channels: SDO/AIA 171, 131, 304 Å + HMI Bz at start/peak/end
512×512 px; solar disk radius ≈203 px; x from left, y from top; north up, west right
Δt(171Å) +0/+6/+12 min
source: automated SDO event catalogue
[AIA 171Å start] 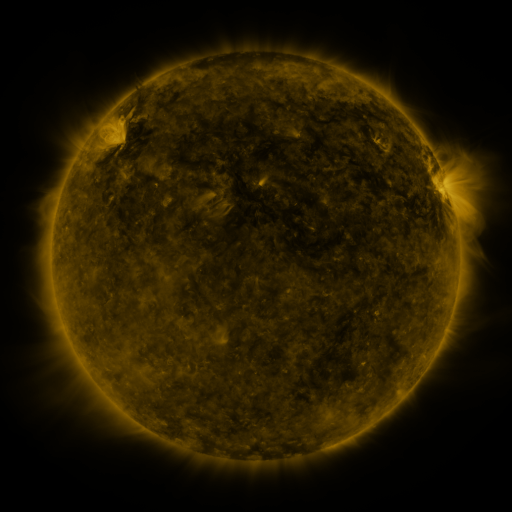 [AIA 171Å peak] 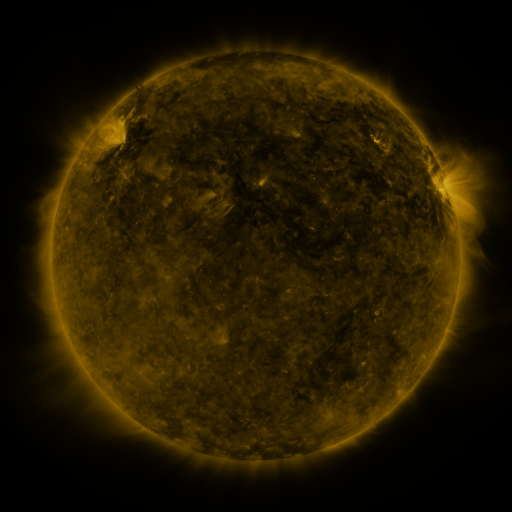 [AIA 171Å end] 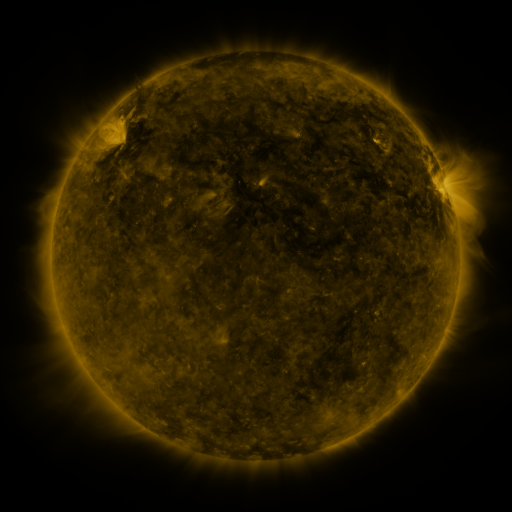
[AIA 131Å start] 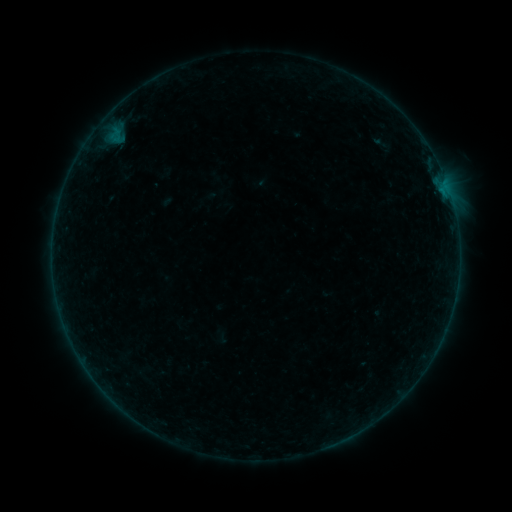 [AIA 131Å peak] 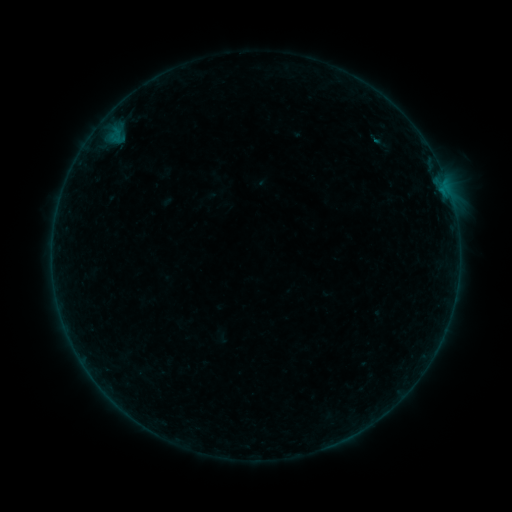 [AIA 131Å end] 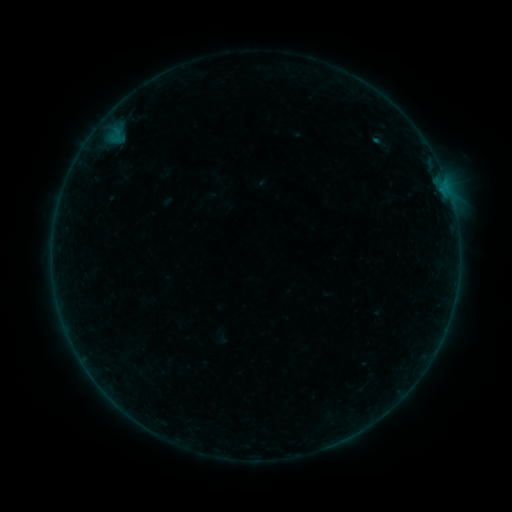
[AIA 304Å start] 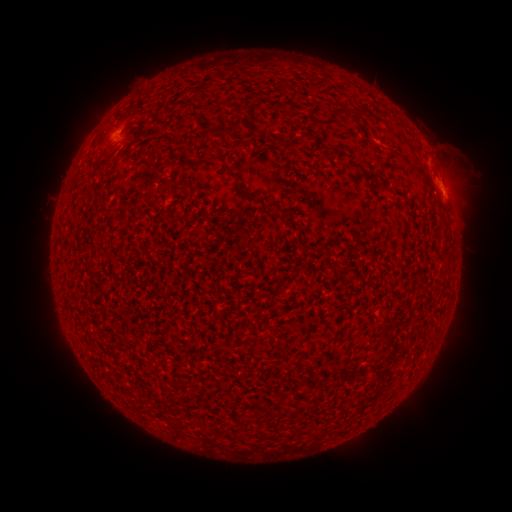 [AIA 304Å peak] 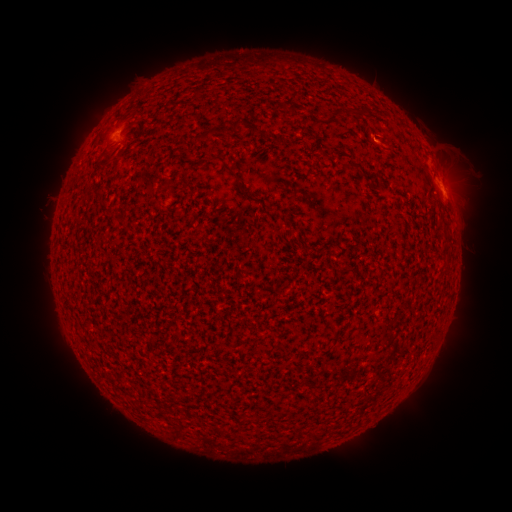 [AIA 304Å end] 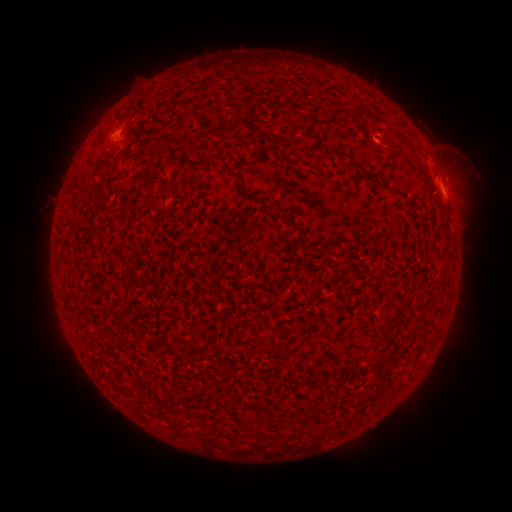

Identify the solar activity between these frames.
B1.6 flare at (374, 142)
